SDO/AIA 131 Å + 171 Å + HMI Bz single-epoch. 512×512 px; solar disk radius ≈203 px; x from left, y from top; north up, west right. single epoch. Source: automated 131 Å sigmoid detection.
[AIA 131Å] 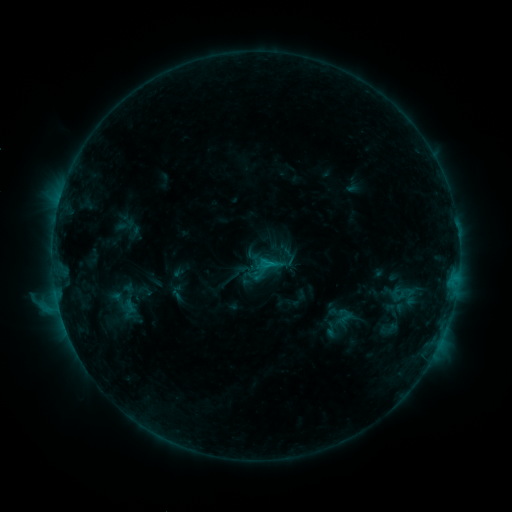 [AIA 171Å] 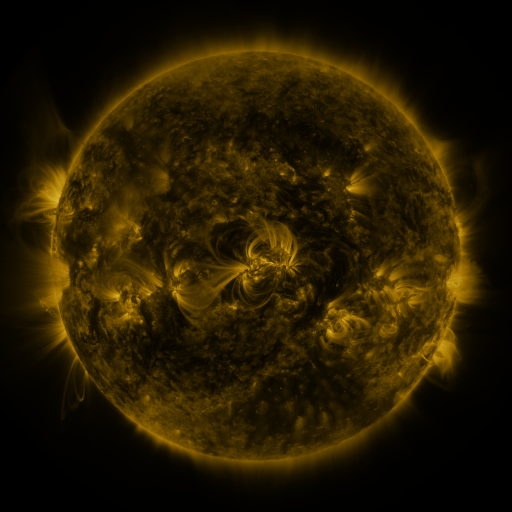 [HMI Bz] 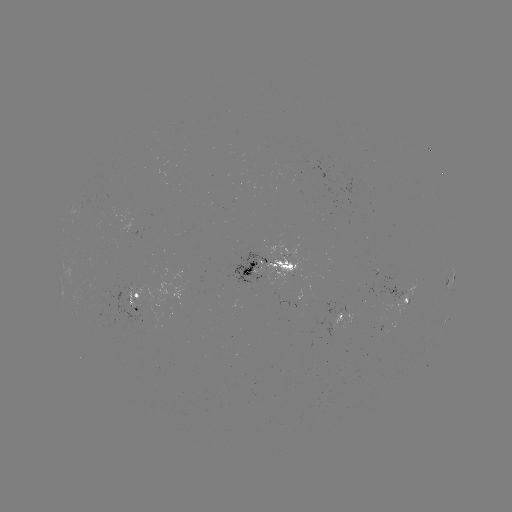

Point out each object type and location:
sigmoid: (265, 268)
sigmoid: (348, 319)
